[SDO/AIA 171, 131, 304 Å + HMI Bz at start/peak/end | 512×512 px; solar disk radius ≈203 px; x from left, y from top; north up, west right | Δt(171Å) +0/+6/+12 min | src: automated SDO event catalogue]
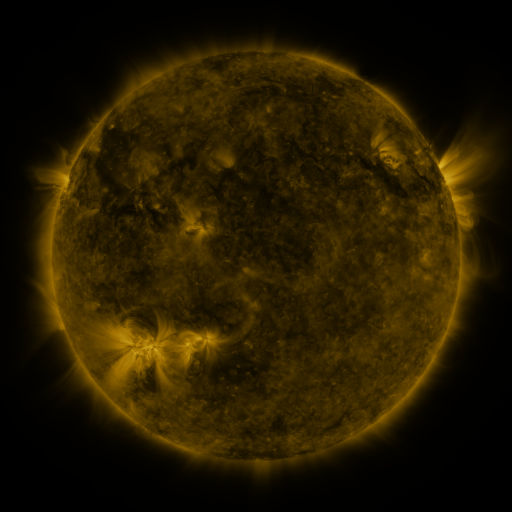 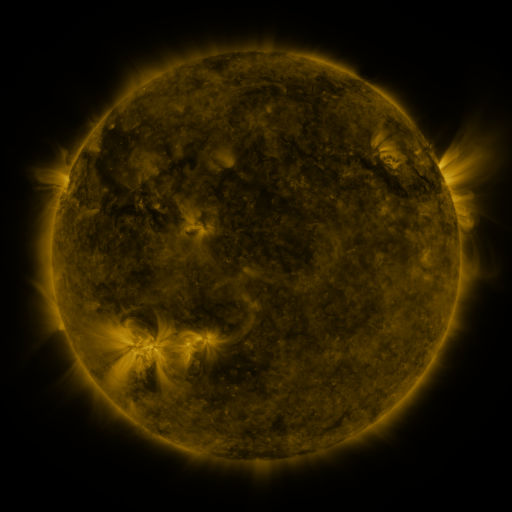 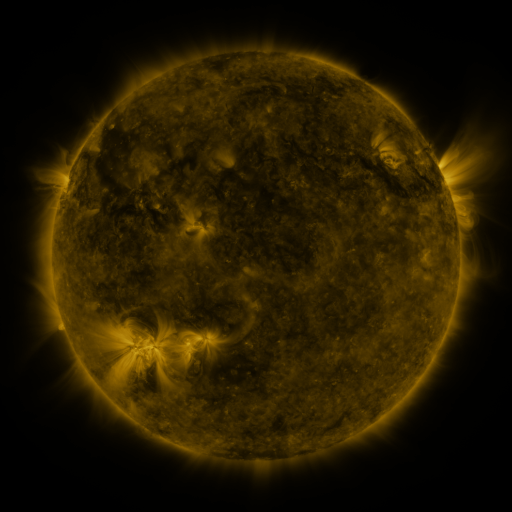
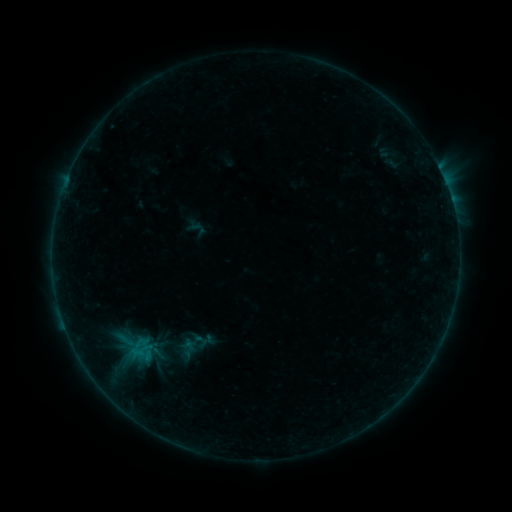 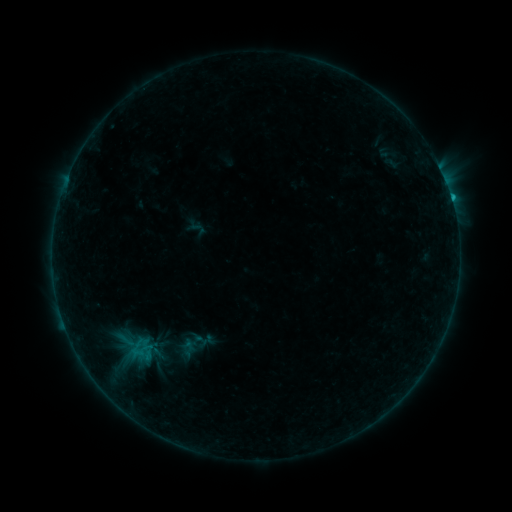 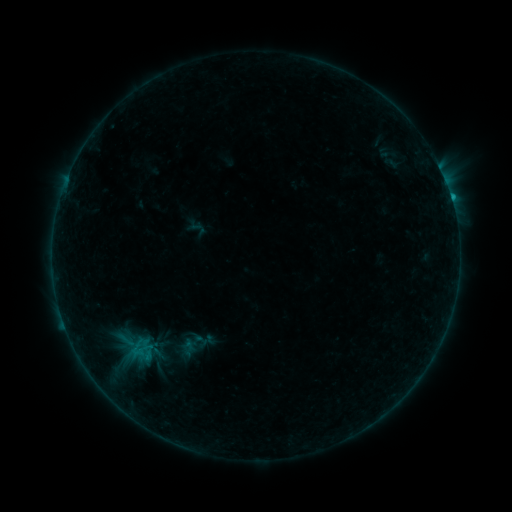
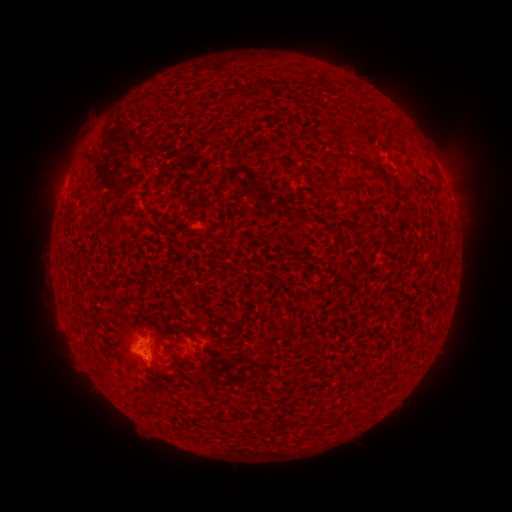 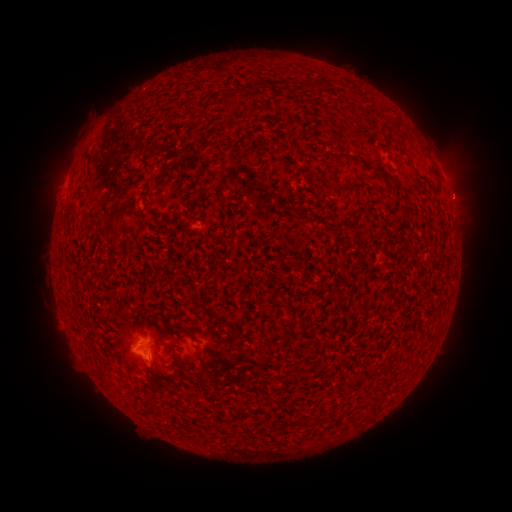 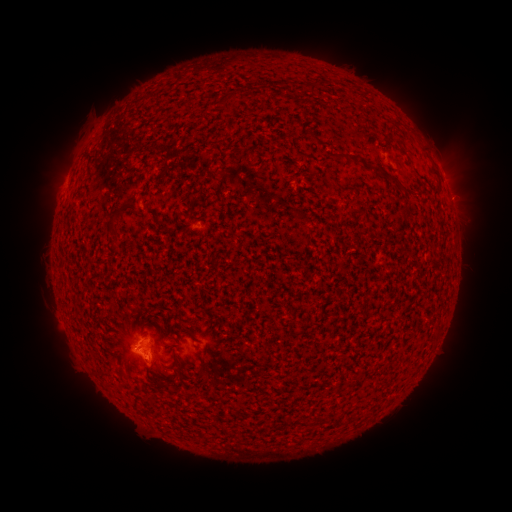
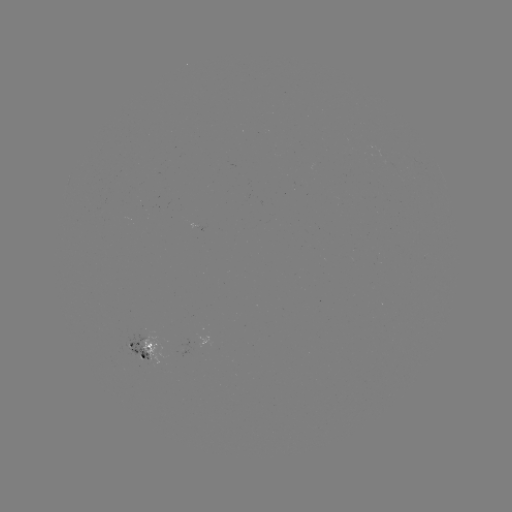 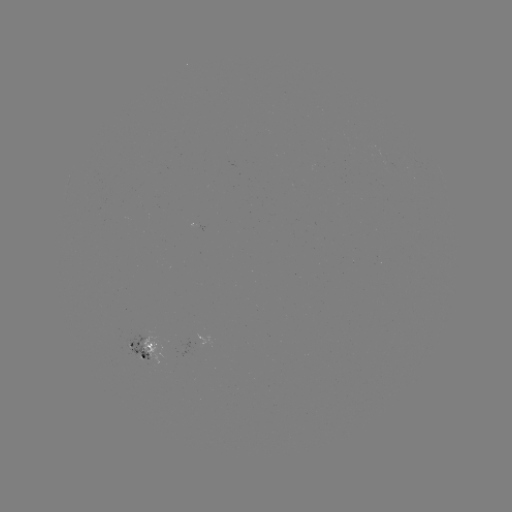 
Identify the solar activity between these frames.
B5.3 flare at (63, 317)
